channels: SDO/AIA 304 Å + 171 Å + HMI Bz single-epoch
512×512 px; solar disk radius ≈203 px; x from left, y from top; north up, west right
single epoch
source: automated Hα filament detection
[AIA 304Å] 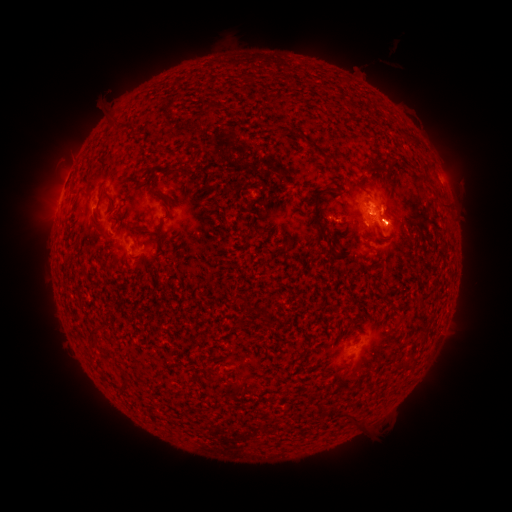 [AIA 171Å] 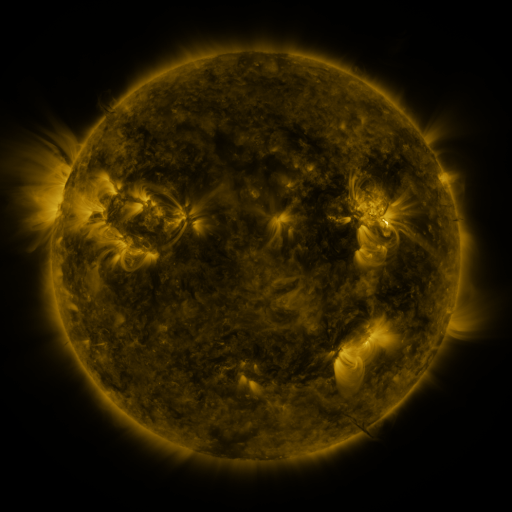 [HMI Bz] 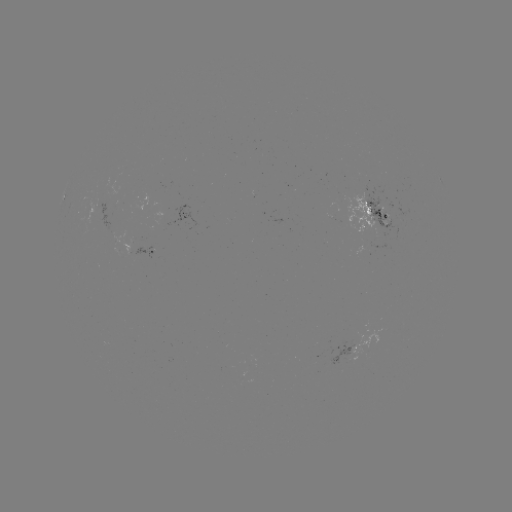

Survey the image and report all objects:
filament: (169, 81)
filament: (320, 142)
filament: (209, 146)
filament: (139, 156)
filament: (189, 164)
filament: (139, 173)
filament: (156, 186)
filament: (358, 190)
filament: (444, 202)
filament: (176, 206)
filament: (392, 216)
filament: (139, 222)
filament: (367, 226)
filament: (325, 244)
filament: (74, 269)
filament: (228, 298)
filament: (242, 317)
filament: (89, 324)
filament: (356, 415)
filament: (285, 442)
